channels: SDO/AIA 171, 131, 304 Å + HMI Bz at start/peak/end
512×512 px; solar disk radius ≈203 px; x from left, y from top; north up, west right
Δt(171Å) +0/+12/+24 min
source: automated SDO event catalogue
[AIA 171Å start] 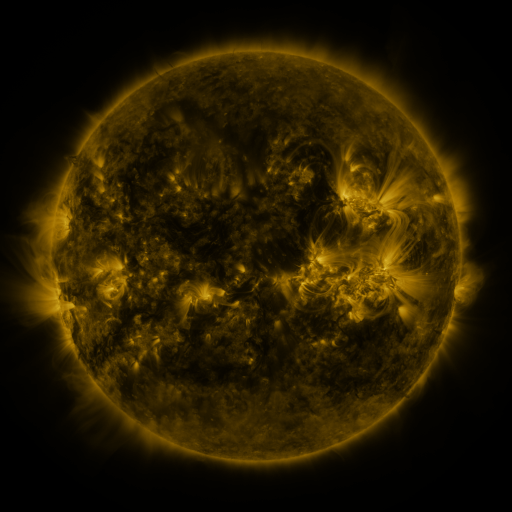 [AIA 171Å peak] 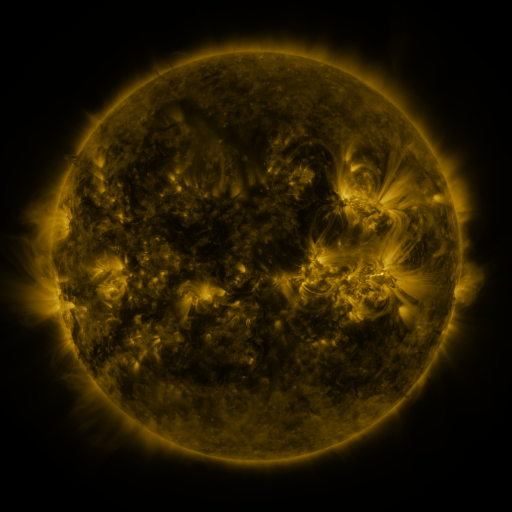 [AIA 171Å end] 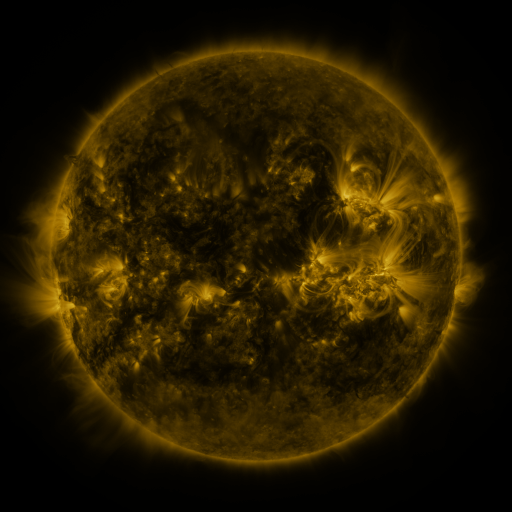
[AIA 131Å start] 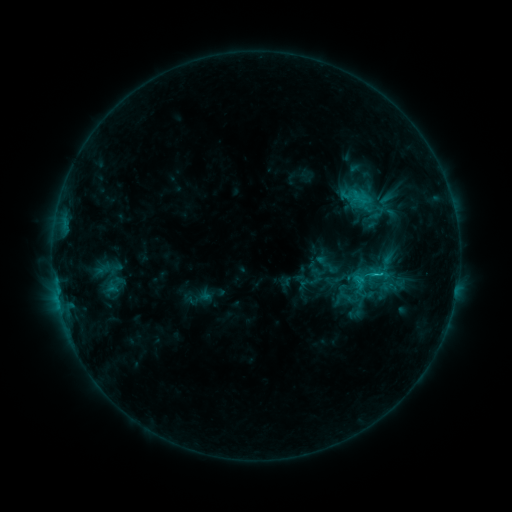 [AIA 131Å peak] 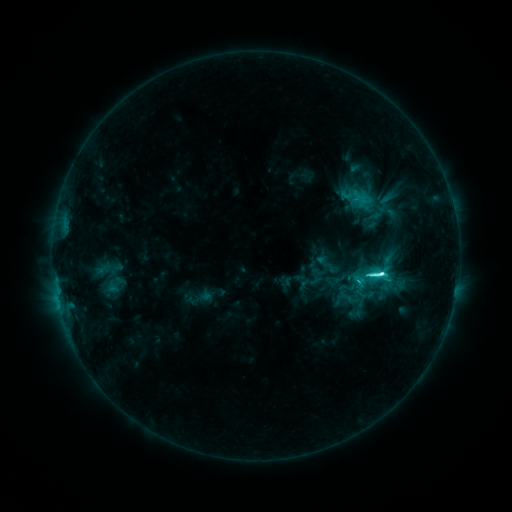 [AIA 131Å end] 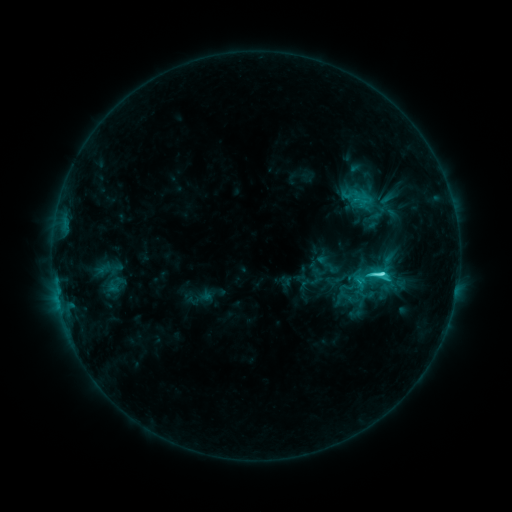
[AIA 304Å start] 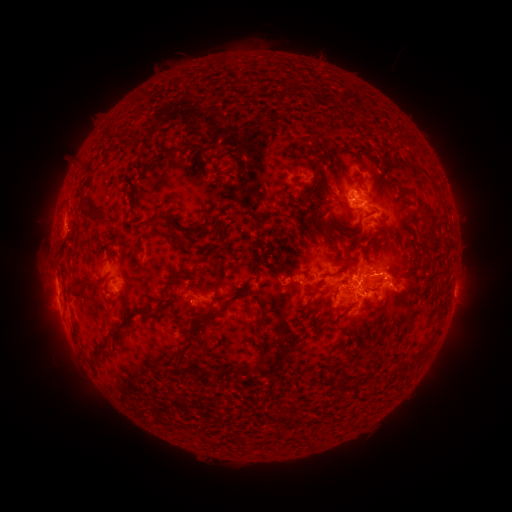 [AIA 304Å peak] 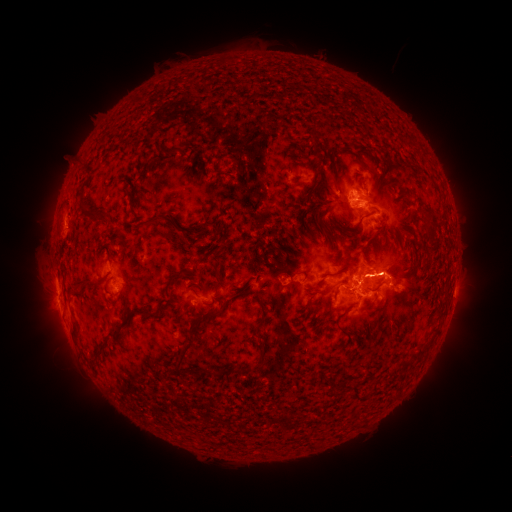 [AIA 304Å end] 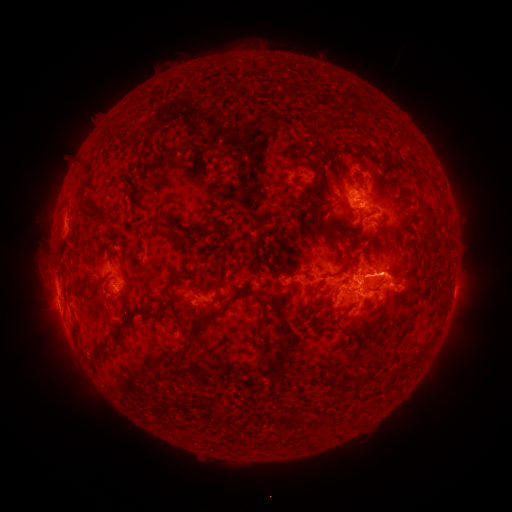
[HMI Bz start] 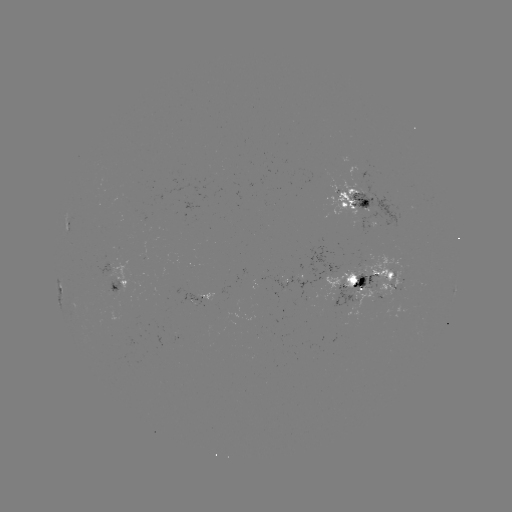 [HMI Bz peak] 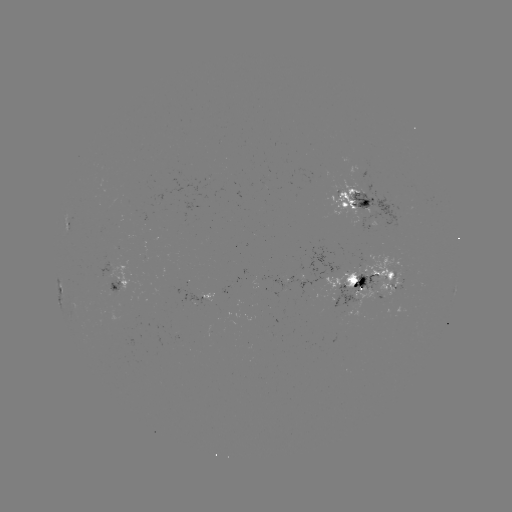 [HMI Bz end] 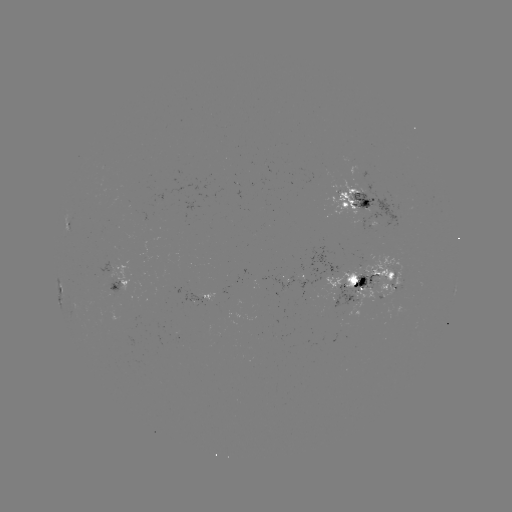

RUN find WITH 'C8.6 flare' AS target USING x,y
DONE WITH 379,273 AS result